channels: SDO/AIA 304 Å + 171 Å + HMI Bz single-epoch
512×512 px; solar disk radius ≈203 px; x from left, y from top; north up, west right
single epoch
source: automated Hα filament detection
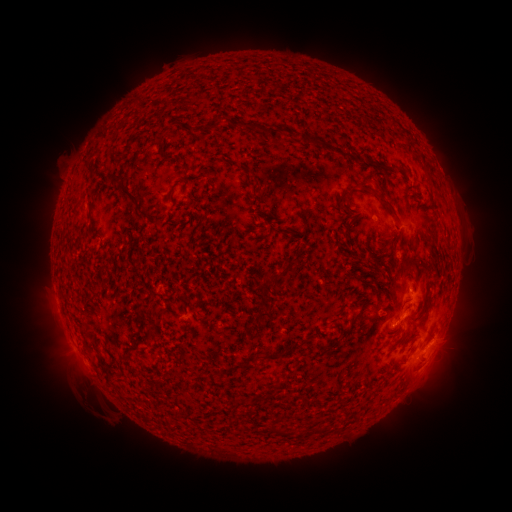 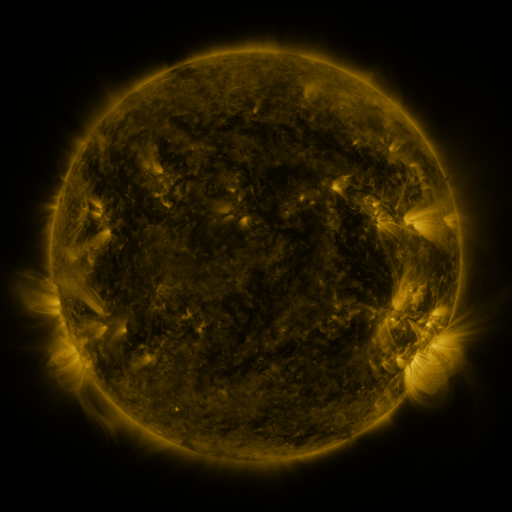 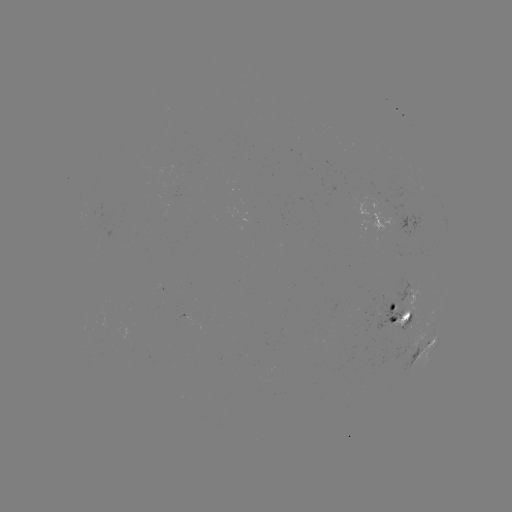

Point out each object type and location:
filament: <bbox>207, 117, 218, 130</bbox>
filament: <bbox>226, 119, 263, 134</bbox>
filament: <bbox>268, 124, 285, 142</bbox>
filament: <bbox>296, 132, 319, 147</bbox>
filament: <bbox>333, 147, 348, 159</bbox>
filament: <bbox>378, 160, 402, 171</bbox>
filament: <bbox>423, 165, 431, 177</bbox>
filament: <bbox>245, 168, 259, 183</bbox>
filament: <bbox>108, 176, 121, 188</bbox>
filament: <bbox>358, 180, 369, 190</bbox>
filament: <bbox>118, 185, 140, 204</bbox>
filament: <bbox>377, 195, 398, 218</bbox>
filament: <bbox>339, 201, 348, 211</bbox>
filament: <bbox>137, 210, 148, 219</bbox>
filament: <bbox>87, 212, 101, 242</bbox>
filament: <bbox>343, 223, 349, 233</bbox>
filament: <bbox>266, 271, 283, 282</bbox>
filament: <bbox>401, 326, 408, 337</bbox>
filament: <bbox>281, 342, 302, 355</bbox>
filament: <bbox>262, 352, 280, 361</bbox>
filament: <bbox>117, 353, 132, 372</bbox>
filament: <bbox>100, 358, 108, 370</bbox>
filament: <bbox>241, 361, 256, 370</bbox>
filament: <bbox>270, 422, 287, 435</bbox>
